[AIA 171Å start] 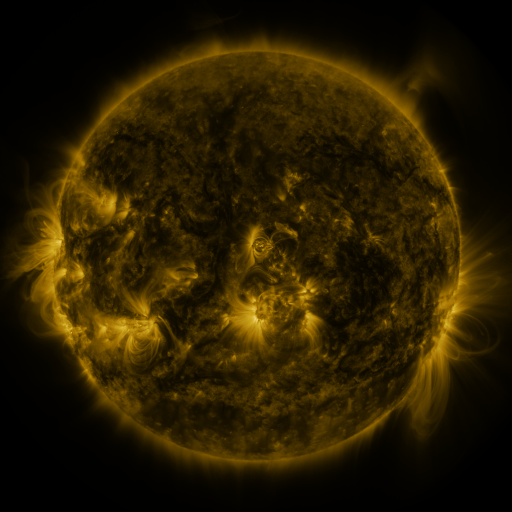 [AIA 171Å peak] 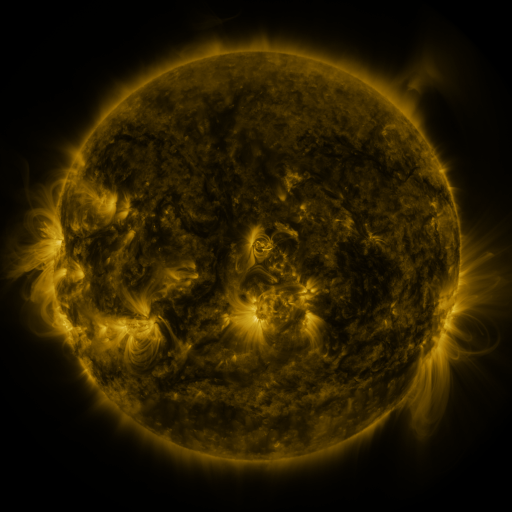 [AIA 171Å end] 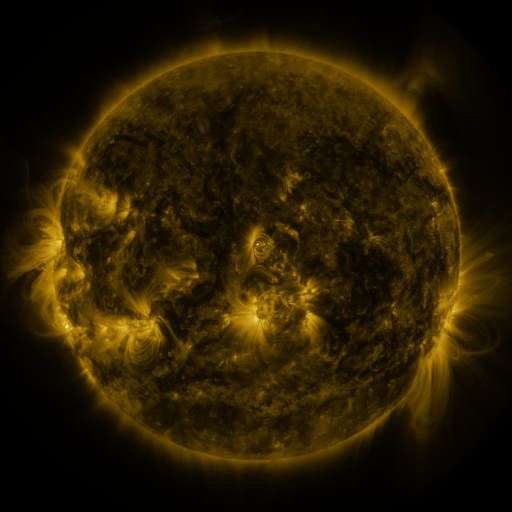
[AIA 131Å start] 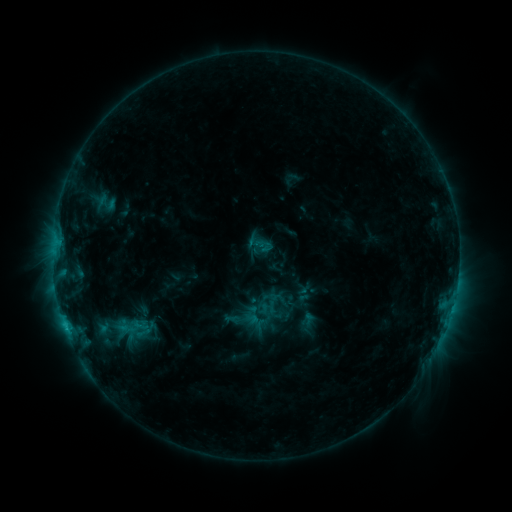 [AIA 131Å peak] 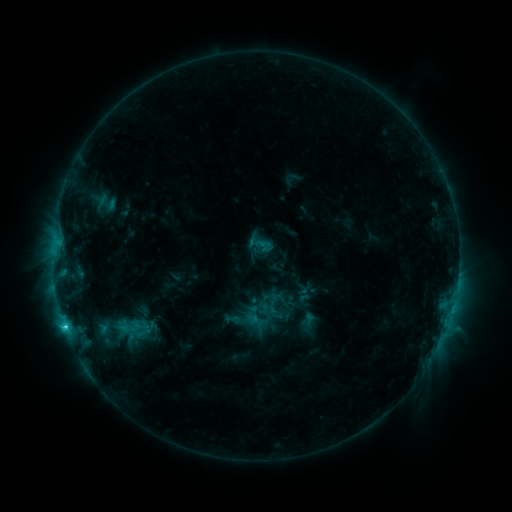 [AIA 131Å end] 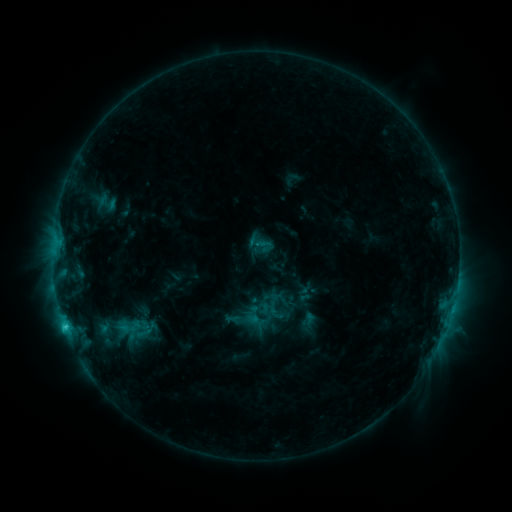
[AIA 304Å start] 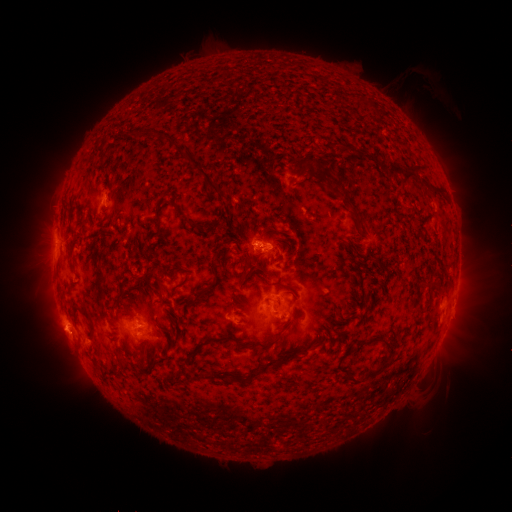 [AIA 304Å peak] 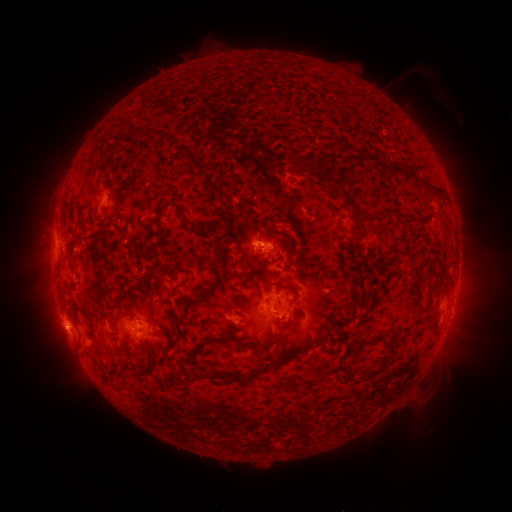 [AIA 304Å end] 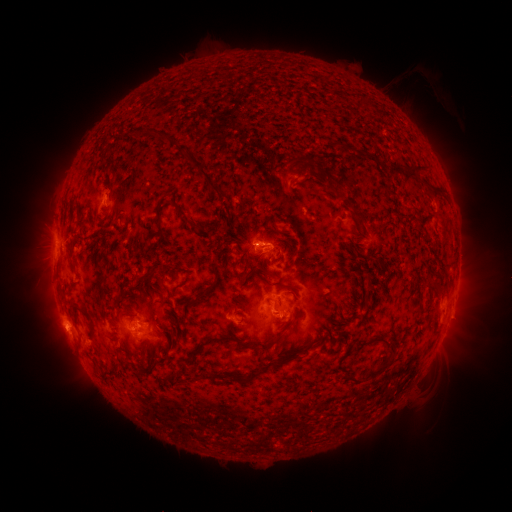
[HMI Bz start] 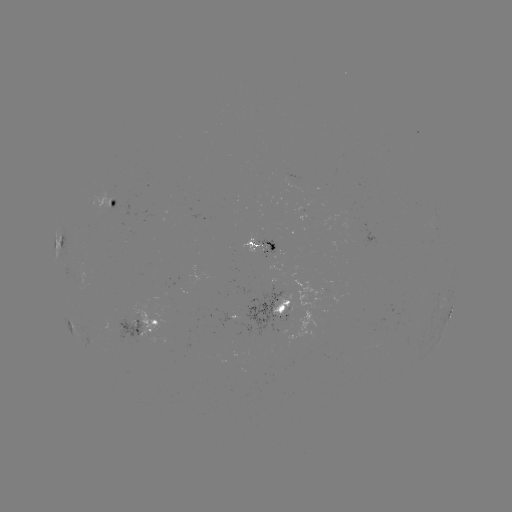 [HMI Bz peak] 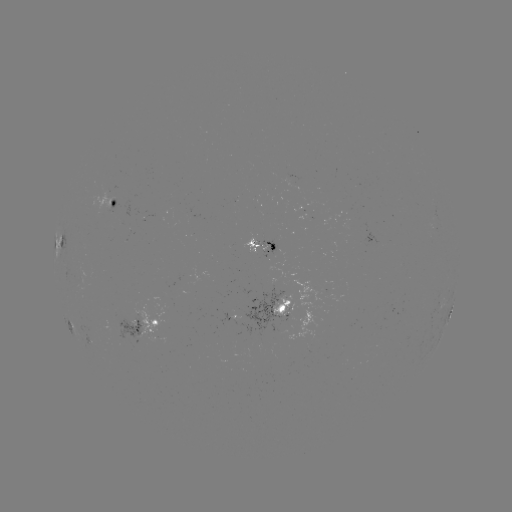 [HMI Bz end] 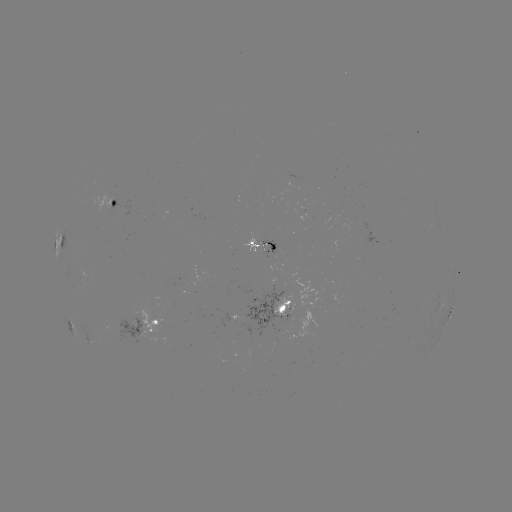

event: flare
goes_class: C2.8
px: (67, 326)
